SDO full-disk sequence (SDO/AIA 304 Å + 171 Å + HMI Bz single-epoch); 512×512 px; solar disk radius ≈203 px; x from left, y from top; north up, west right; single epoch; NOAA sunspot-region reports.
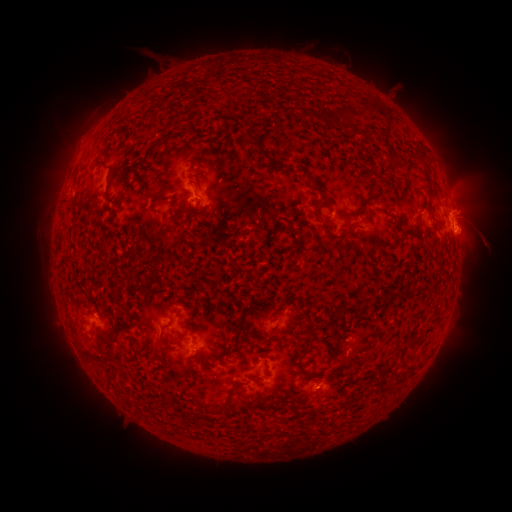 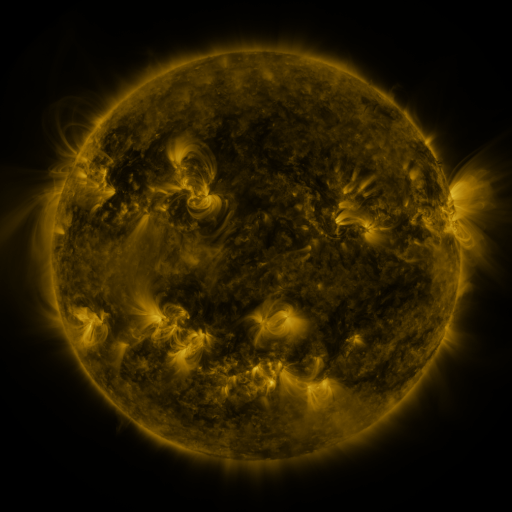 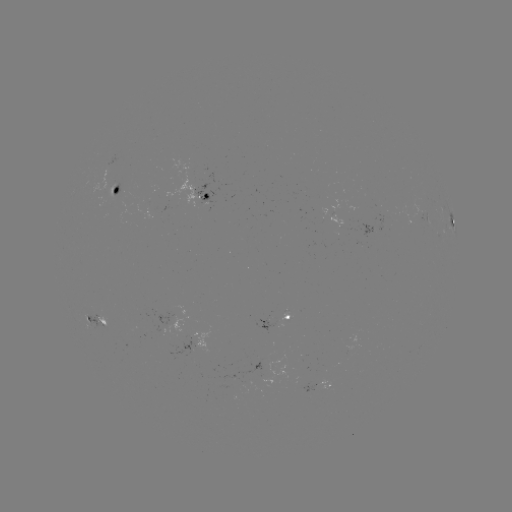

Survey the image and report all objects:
spotted active region: (115, 194)
spotted active region: (210, 200)
spotted active region: (451, 217)
spotted active region: (425, 218)
spotted active region: (280, 320)
spotted active region: (100, 321)
spotted active region: (322, 384)
